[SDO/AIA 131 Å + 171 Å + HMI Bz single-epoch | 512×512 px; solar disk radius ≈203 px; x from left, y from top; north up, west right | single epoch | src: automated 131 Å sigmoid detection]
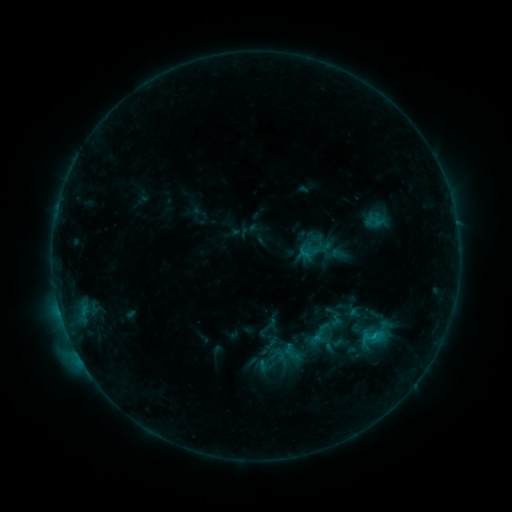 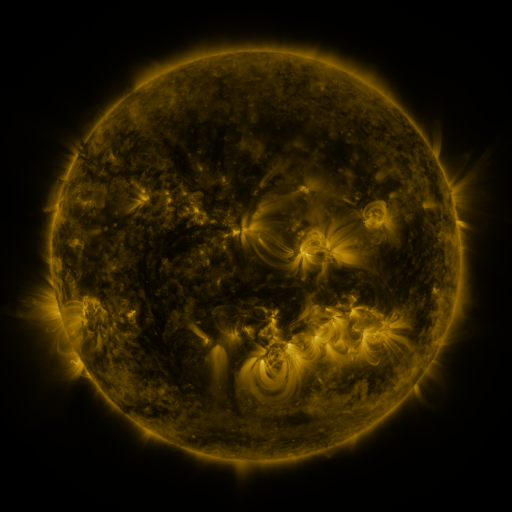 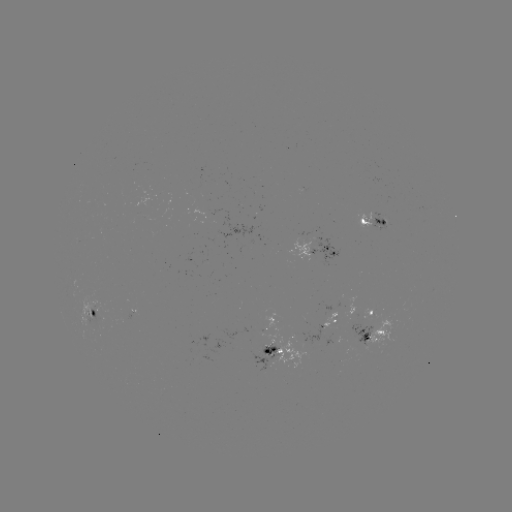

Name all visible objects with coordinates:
sigmoid: [358, 324, 385, 351]
